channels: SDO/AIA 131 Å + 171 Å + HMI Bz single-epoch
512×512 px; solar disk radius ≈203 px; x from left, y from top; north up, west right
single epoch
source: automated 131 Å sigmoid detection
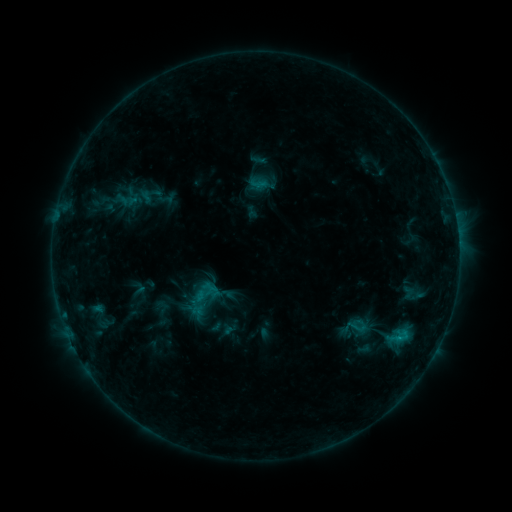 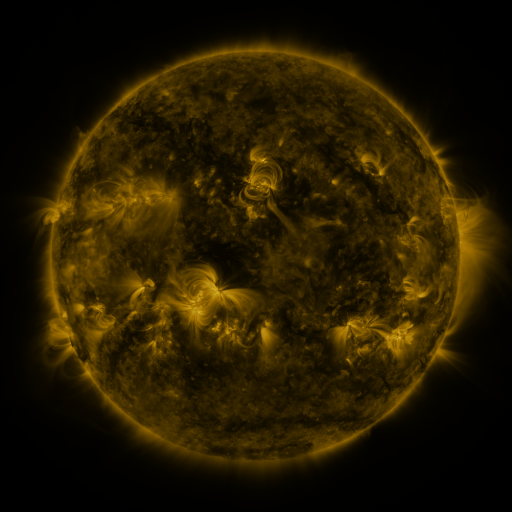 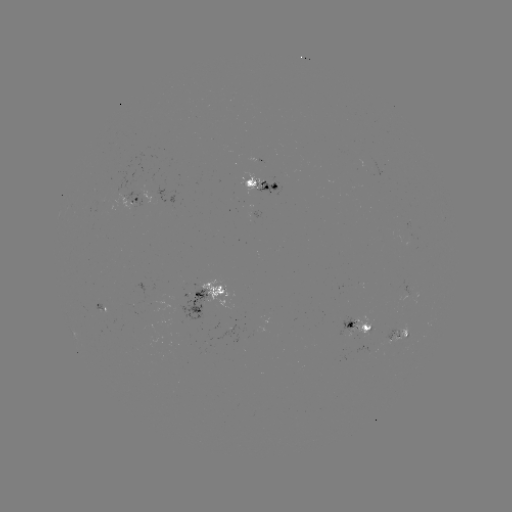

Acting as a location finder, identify sigmoid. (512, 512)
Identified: [358, 326].